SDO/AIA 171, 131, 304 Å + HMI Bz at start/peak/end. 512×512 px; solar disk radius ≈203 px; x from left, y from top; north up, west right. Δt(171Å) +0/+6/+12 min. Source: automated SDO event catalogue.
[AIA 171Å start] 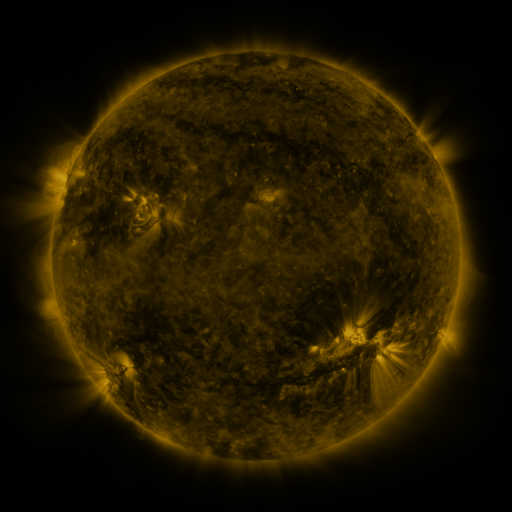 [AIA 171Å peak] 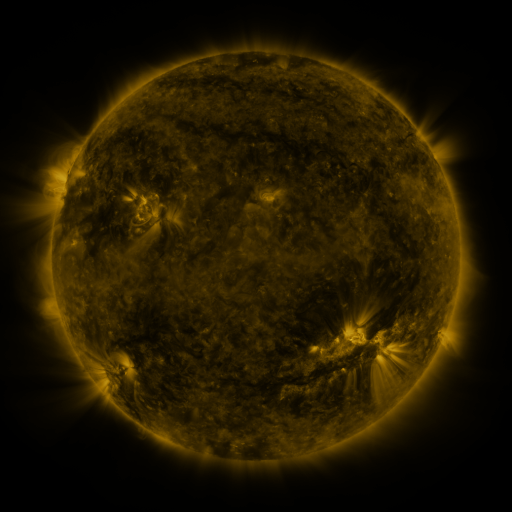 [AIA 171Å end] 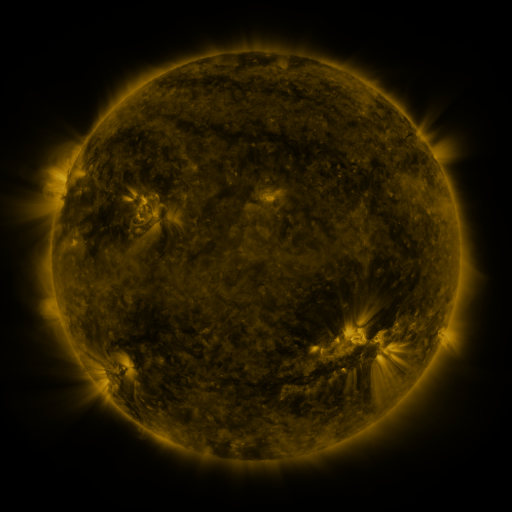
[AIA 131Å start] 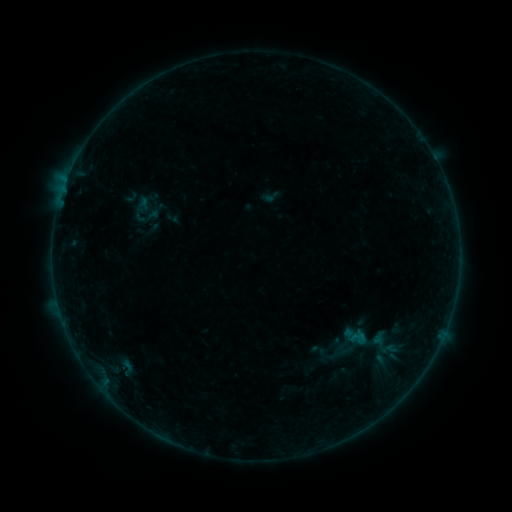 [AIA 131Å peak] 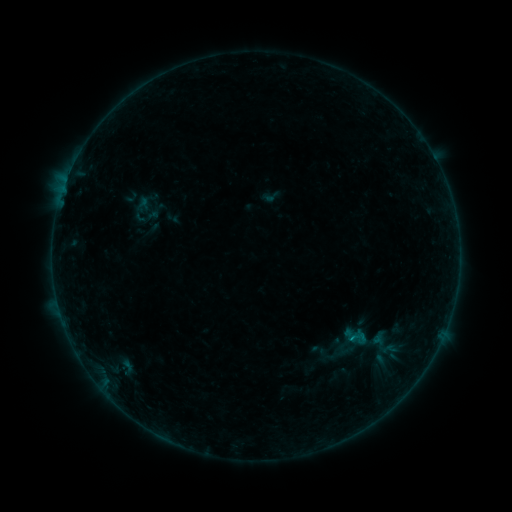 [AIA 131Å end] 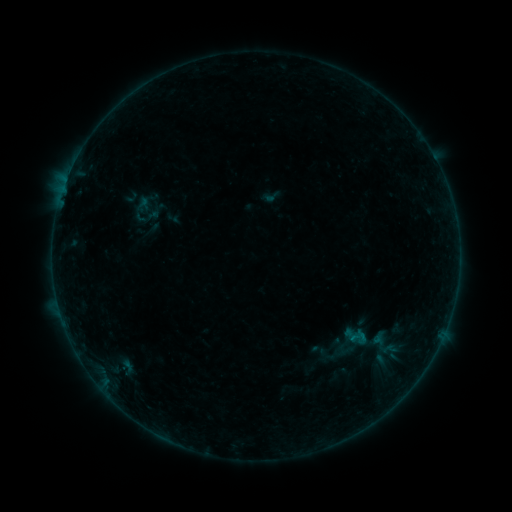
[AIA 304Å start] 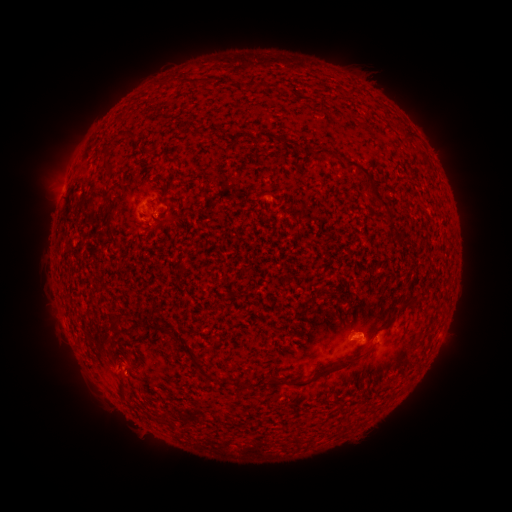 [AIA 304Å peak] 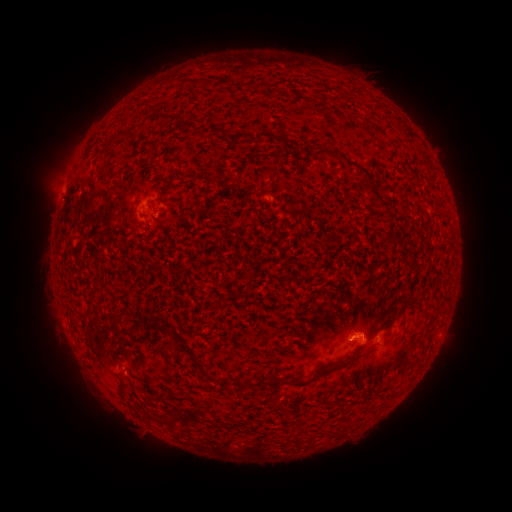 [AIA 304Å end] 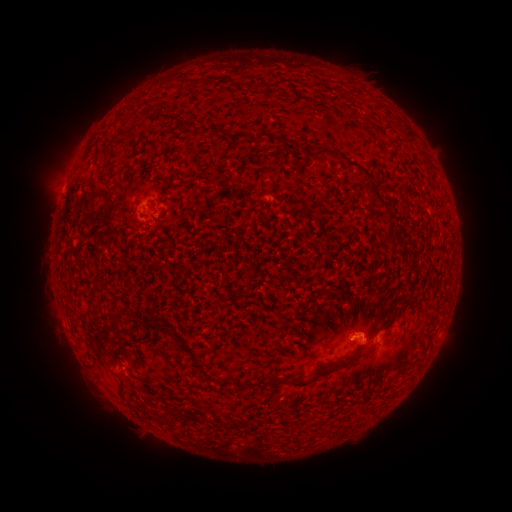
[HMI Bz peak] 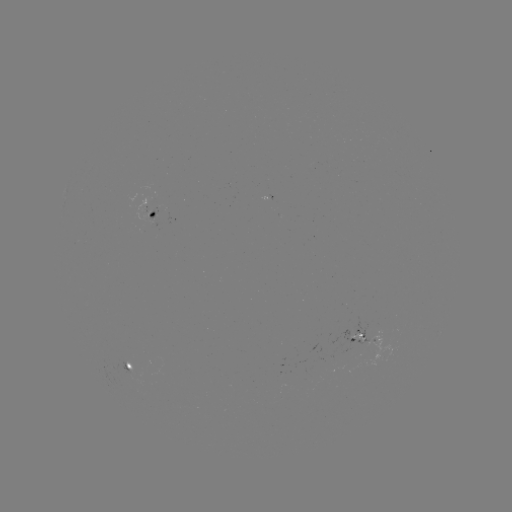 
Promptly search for B1.7 flare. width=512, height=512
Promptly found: (352, 338).